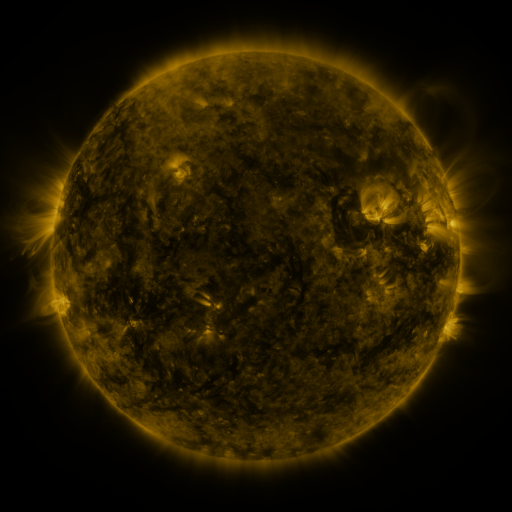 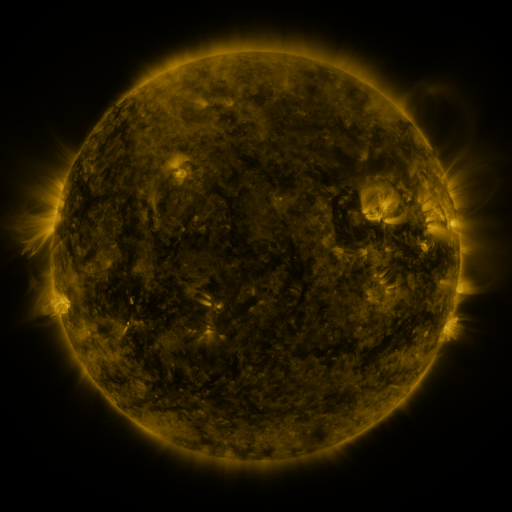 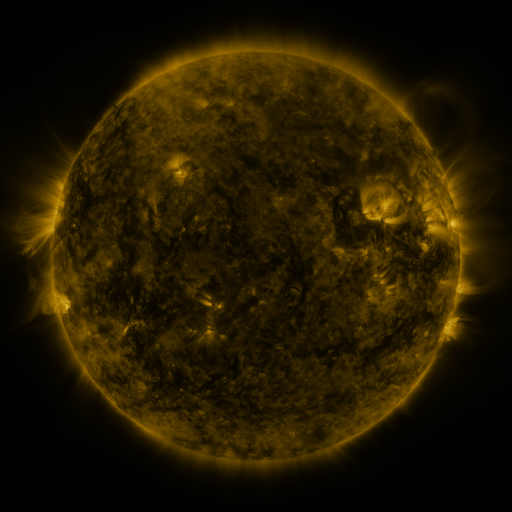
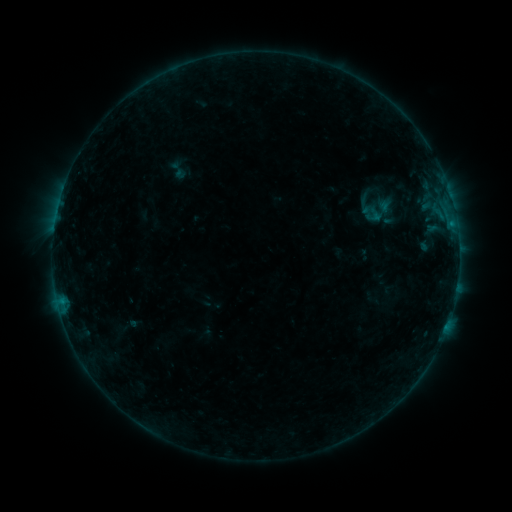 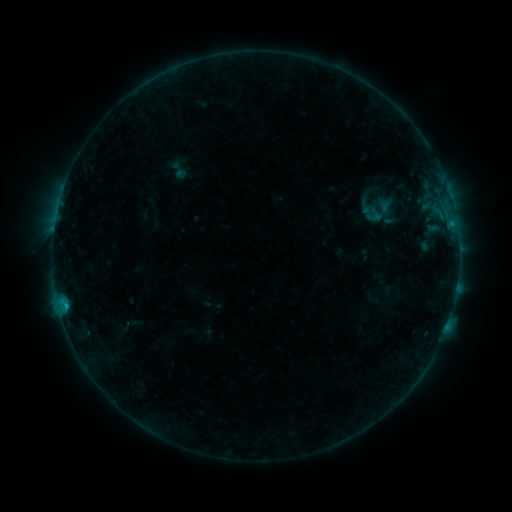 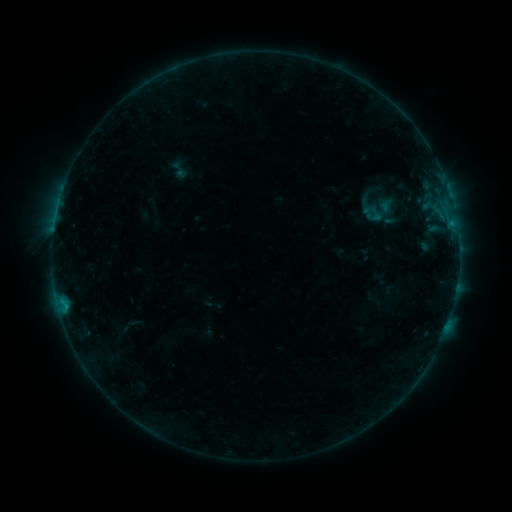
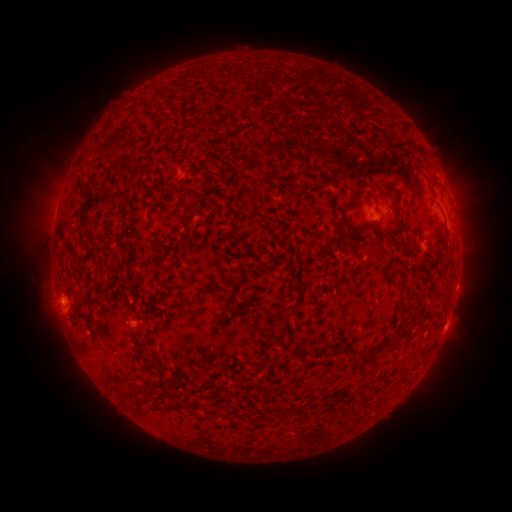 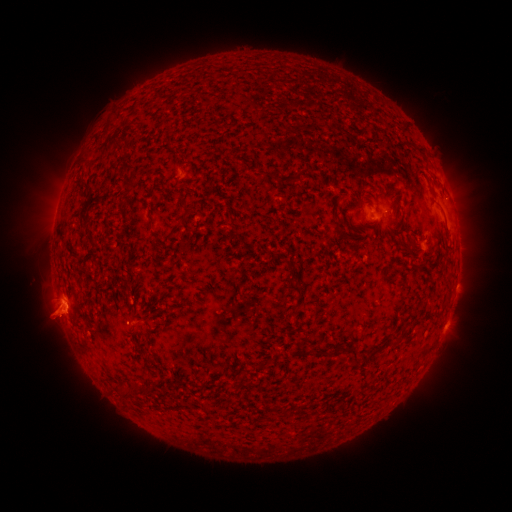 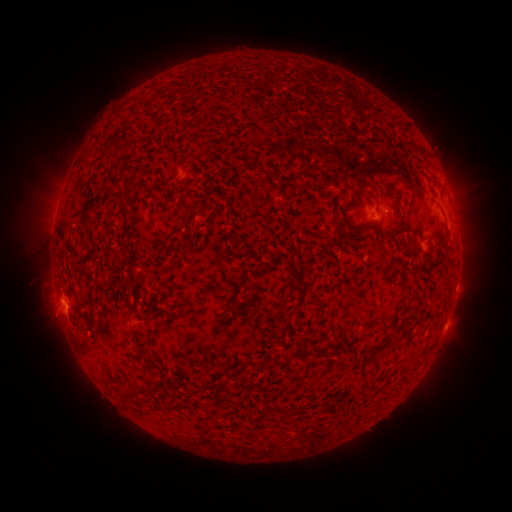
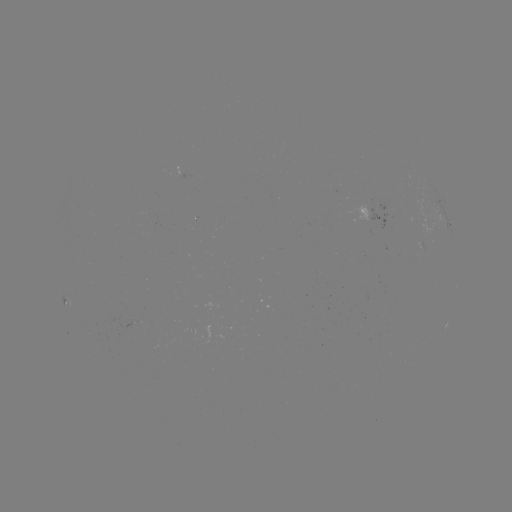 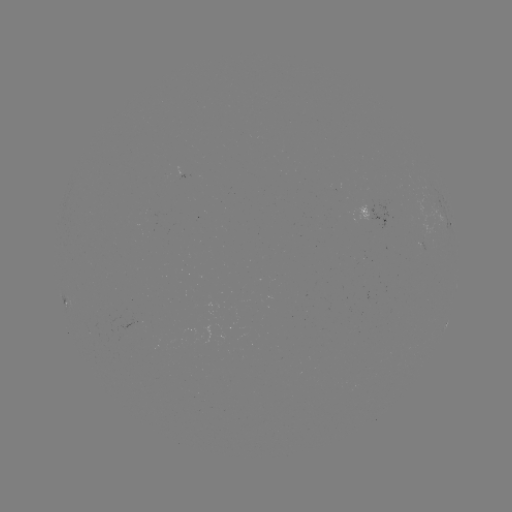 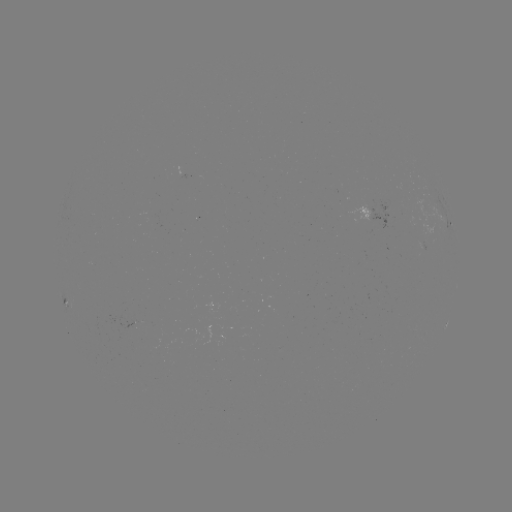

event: flare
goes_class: B4.9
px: (65, 303)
